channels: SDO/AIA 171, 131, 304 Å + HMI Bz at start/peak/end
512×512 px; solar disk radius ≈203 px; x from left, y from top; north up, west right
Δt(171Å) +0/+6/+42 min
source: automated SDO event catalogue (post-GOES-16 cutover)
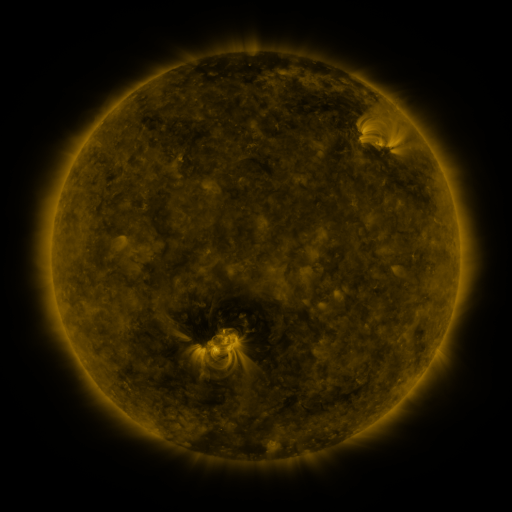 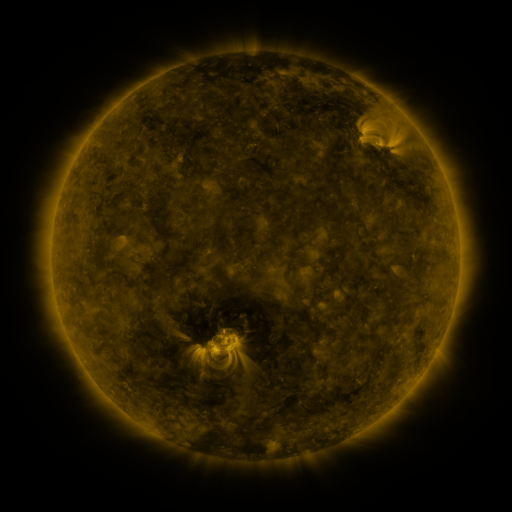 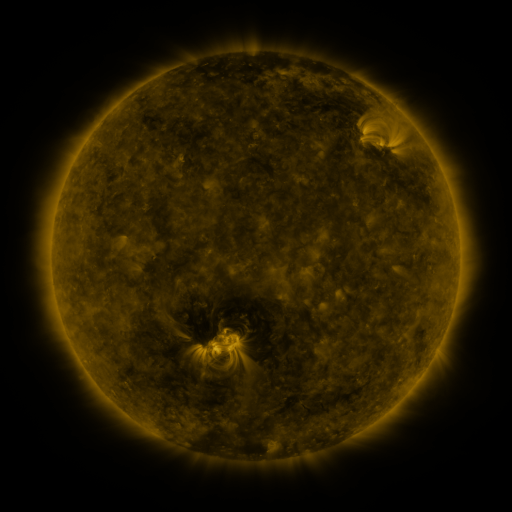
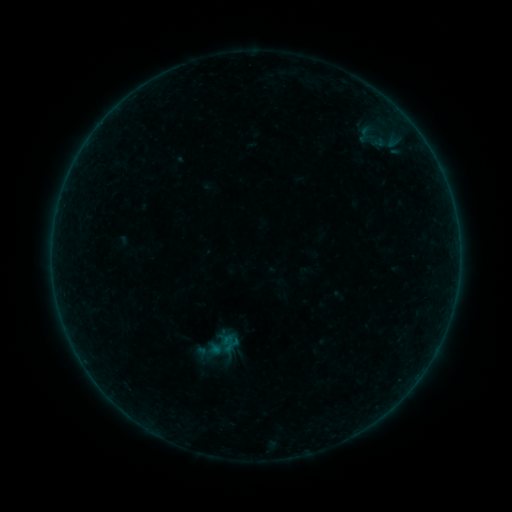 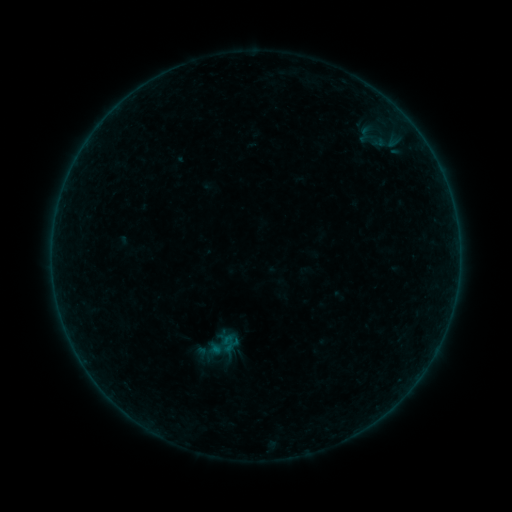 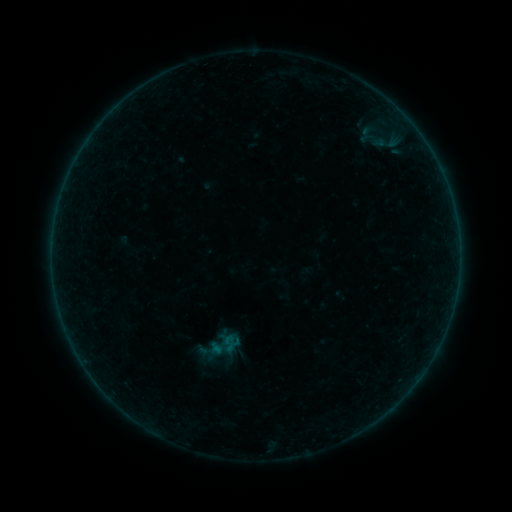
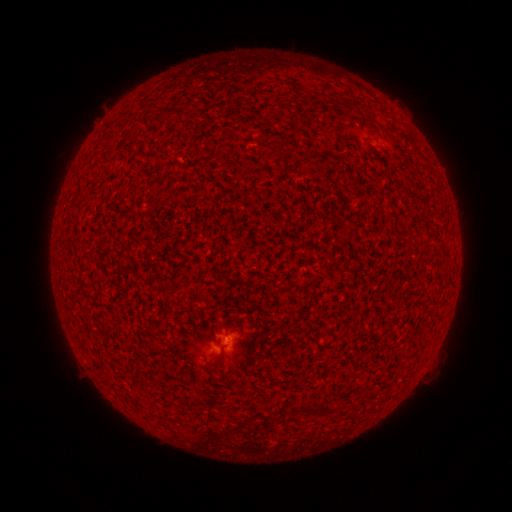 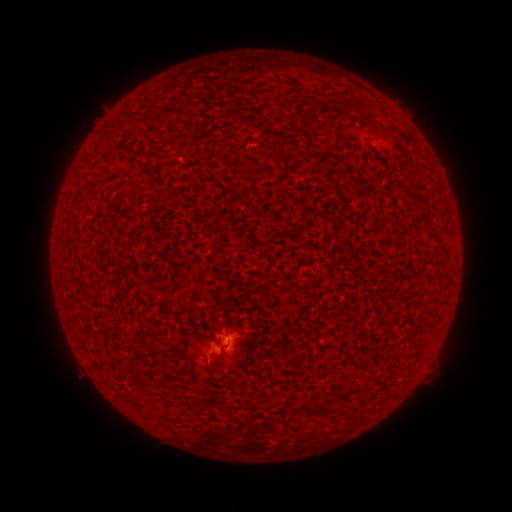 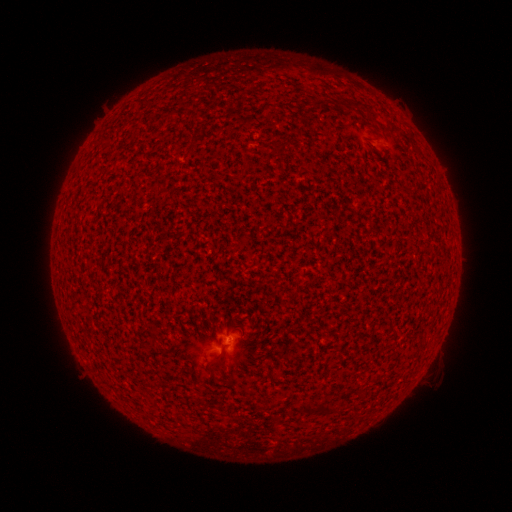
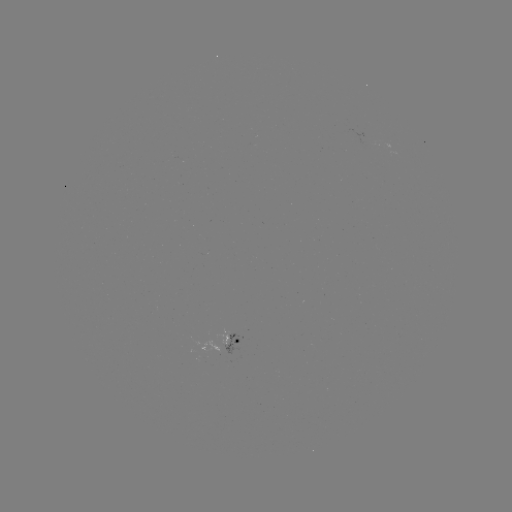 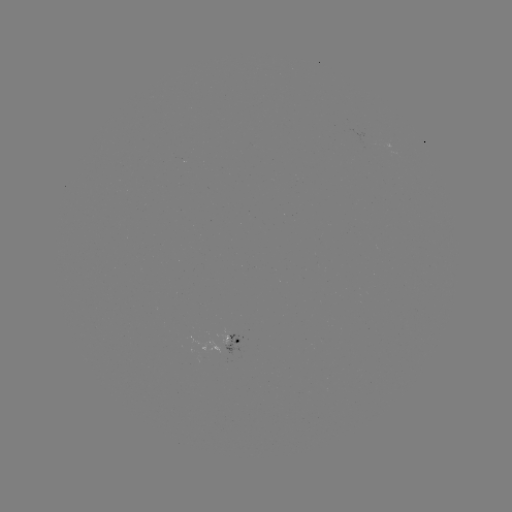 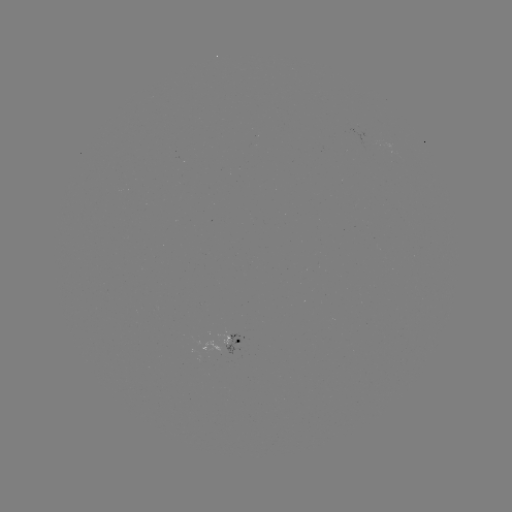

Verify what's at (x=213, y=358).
A8.8 flare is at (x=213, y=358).